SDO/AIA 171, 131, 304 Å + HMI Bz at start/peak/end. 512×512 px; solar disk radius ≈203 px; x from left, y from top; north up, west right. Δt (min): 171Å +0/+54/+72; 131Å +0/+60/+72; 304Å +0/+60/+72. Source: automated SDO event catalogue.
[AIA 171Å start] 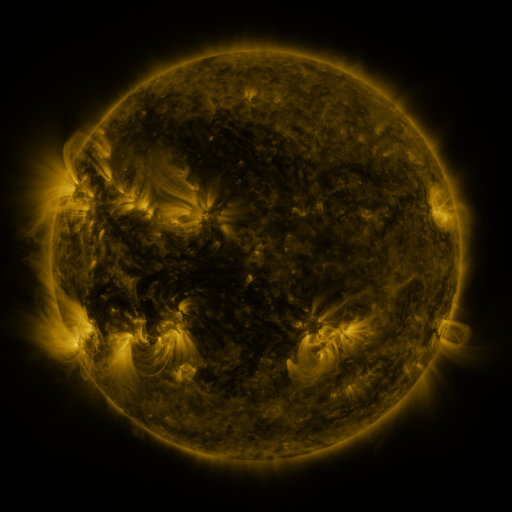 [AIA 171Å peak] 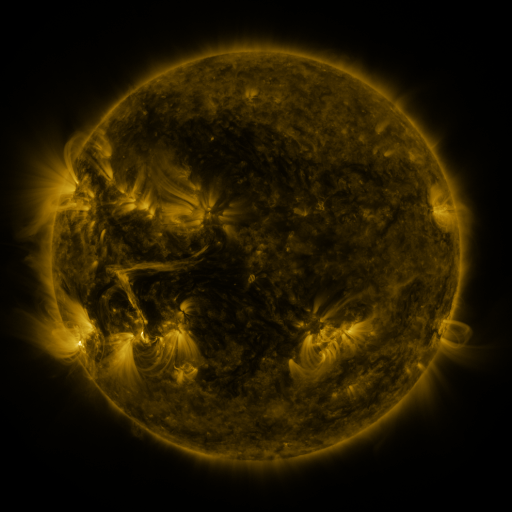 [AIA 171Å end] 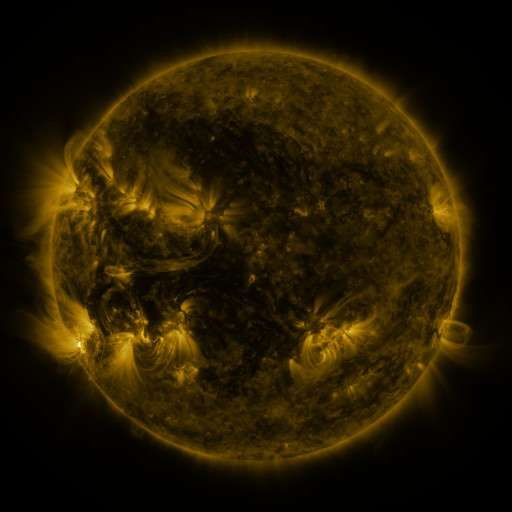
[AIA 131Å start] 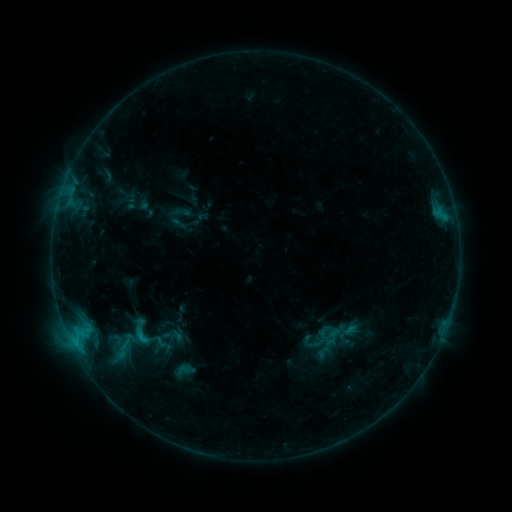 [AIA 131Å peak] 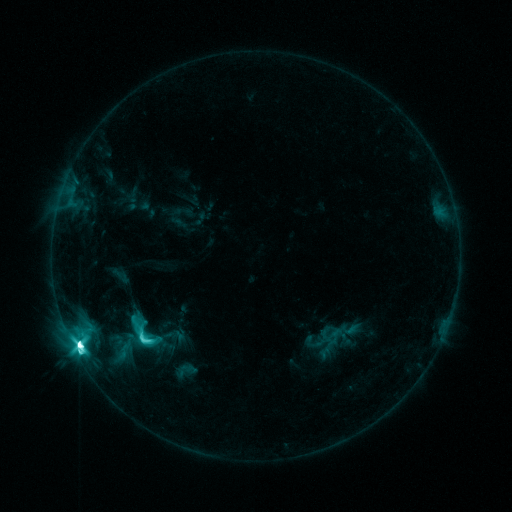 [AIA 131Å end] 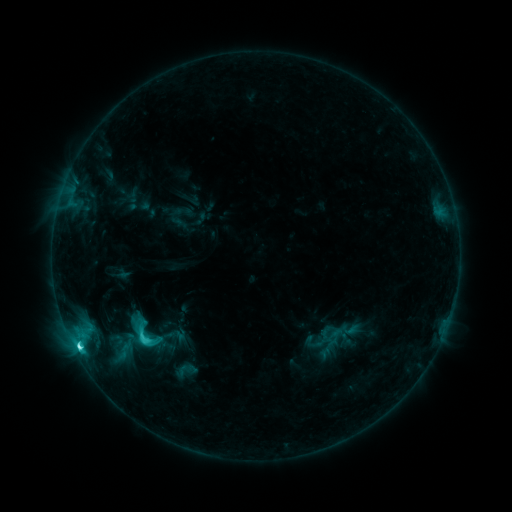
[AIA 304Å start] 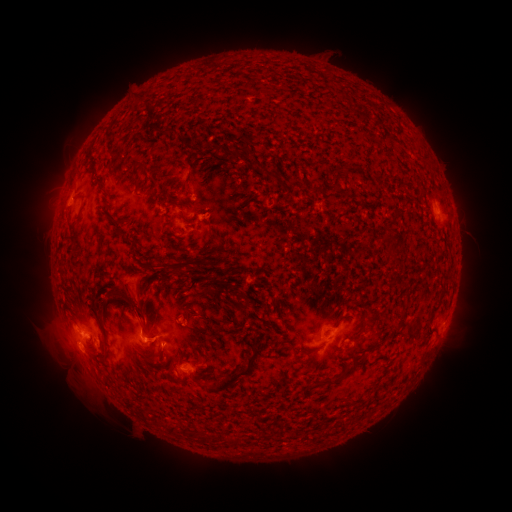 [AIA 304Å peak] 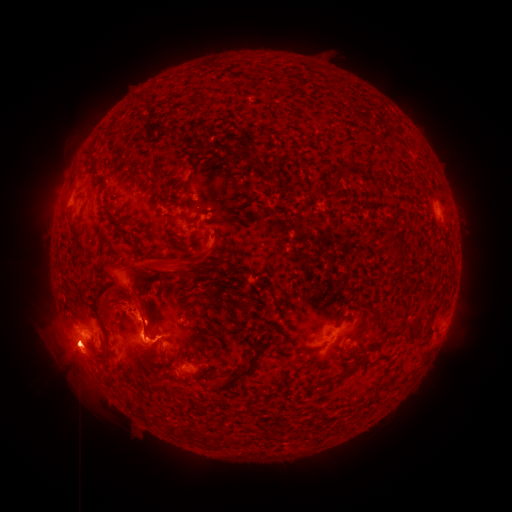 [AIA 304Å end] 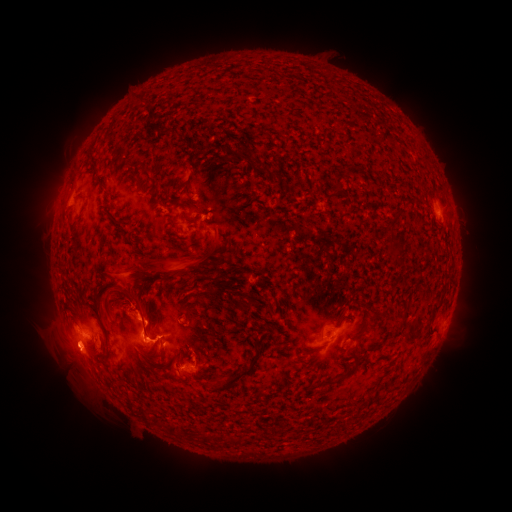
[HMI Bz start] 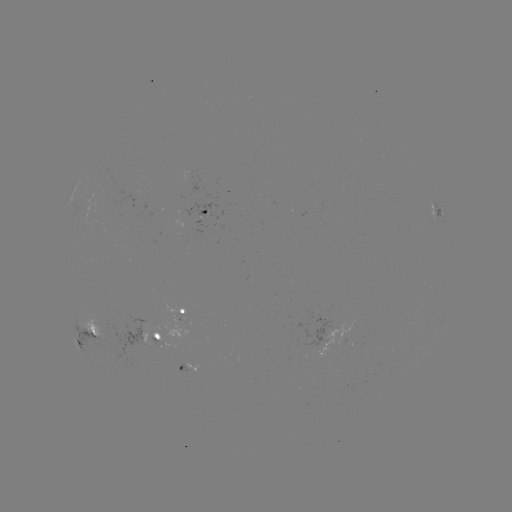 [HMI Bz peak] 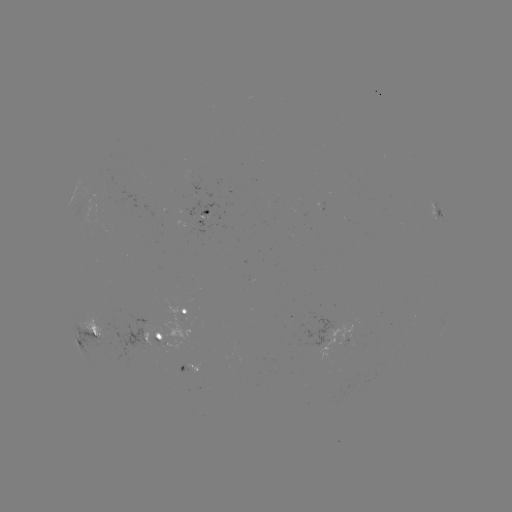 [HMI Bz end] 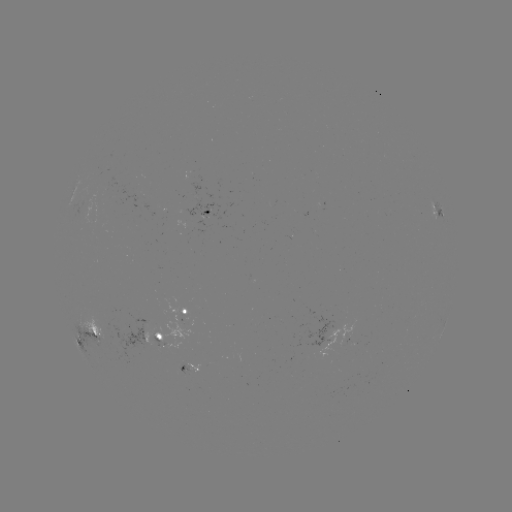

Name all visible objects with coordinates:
emerging-flux region: (164, 333)
